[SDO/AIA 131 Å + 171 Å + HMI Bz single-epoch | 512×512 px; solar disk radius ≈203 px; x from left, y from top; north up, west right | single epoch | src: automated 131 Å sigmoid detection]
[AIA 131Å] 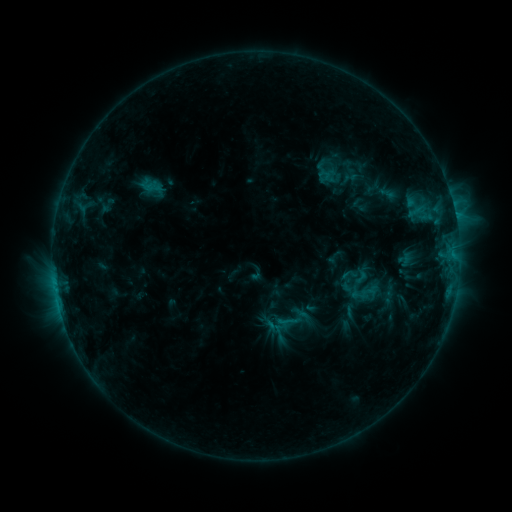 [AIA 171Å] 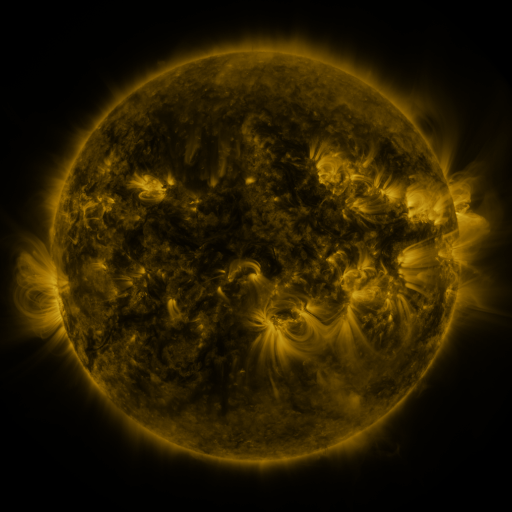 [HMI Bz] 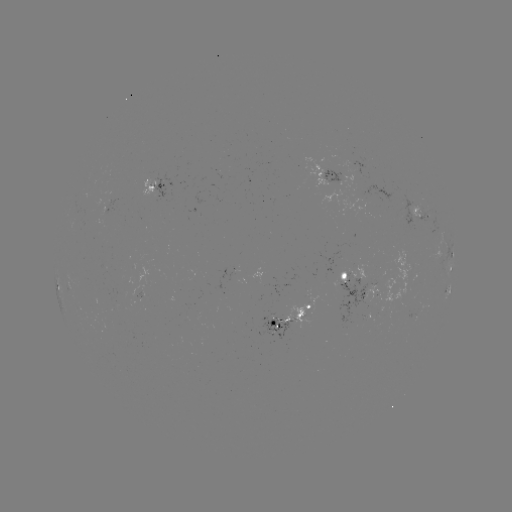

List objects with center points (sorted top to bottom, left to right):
sigmoid: [340, 265, 357, 284]
